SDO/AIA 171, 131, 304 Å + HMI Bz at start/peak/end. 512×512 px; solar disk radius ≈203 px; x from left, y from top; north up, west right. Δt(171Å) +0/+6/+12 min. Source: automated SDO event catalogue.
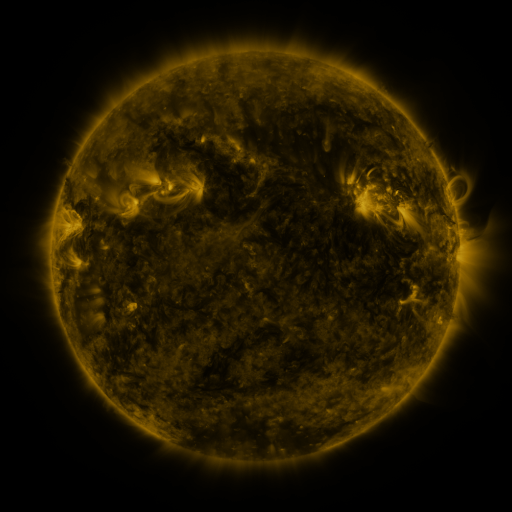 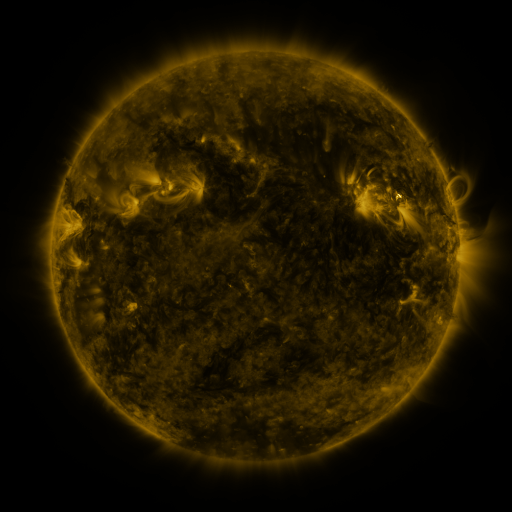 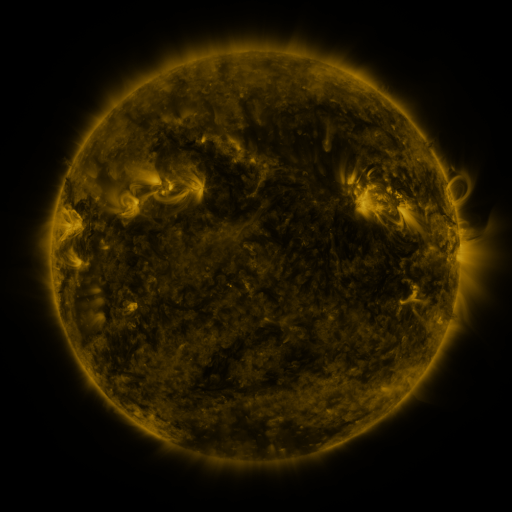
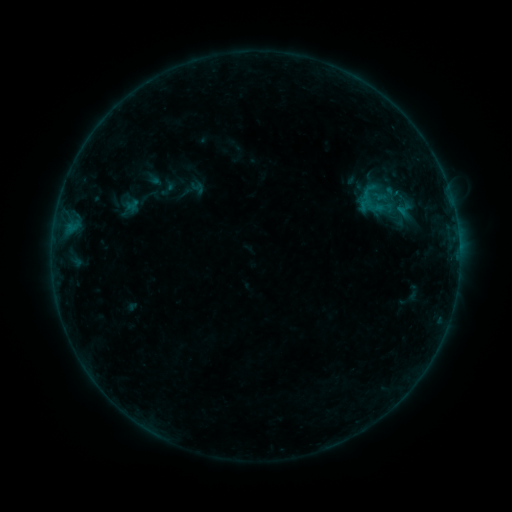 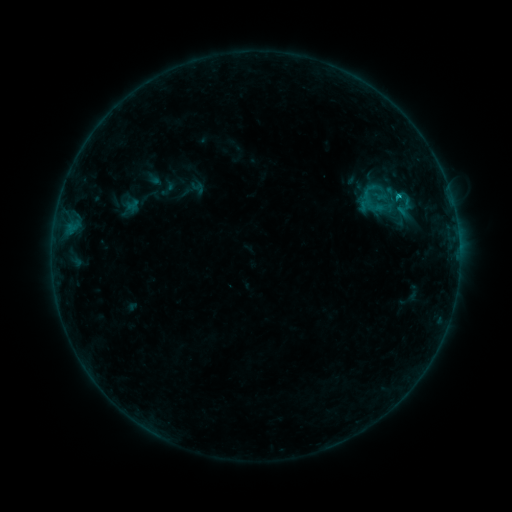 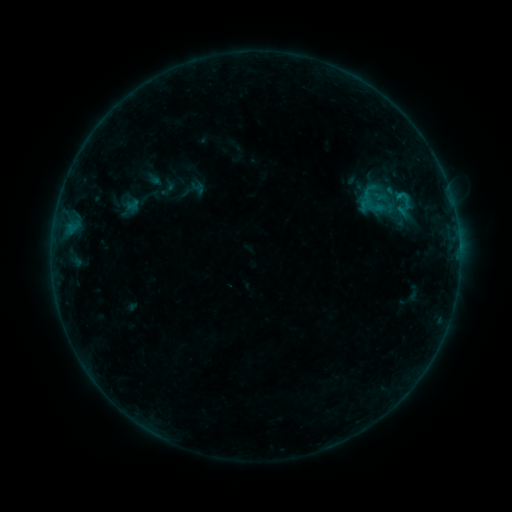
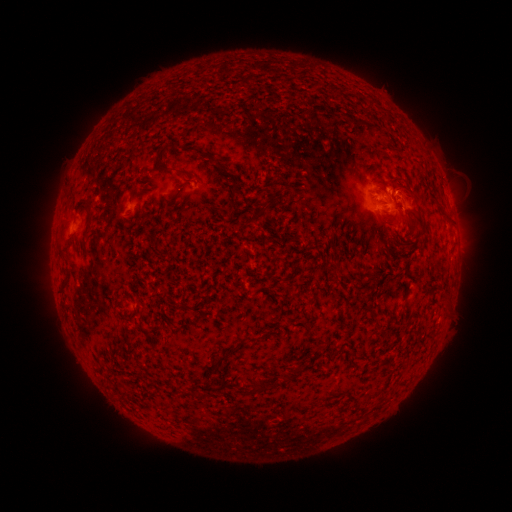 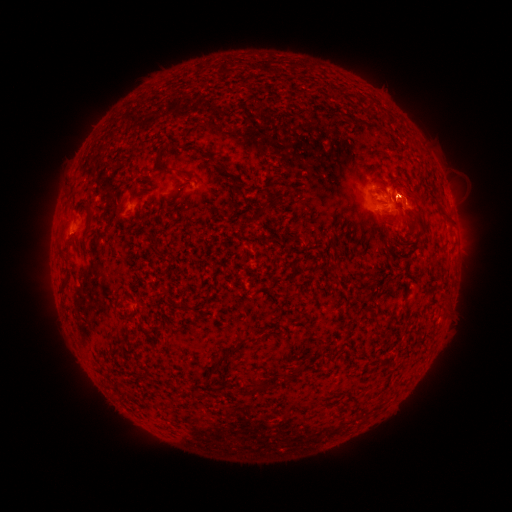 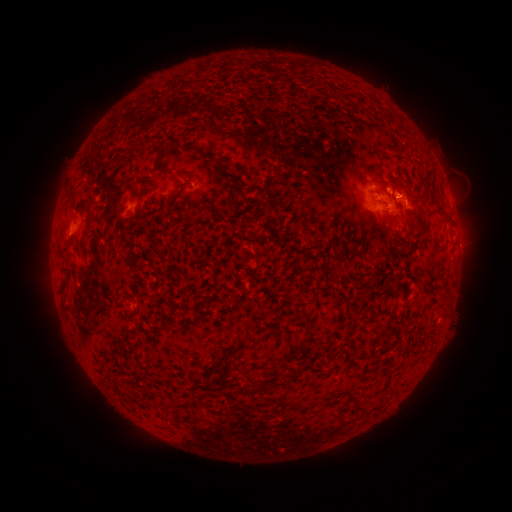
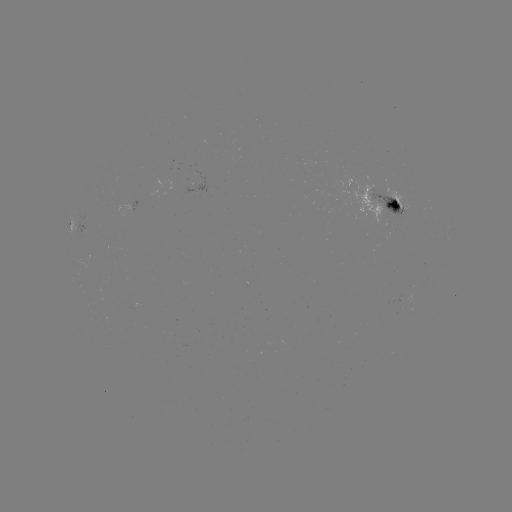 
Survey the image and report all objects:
B7.9 flare: (398, 197)
